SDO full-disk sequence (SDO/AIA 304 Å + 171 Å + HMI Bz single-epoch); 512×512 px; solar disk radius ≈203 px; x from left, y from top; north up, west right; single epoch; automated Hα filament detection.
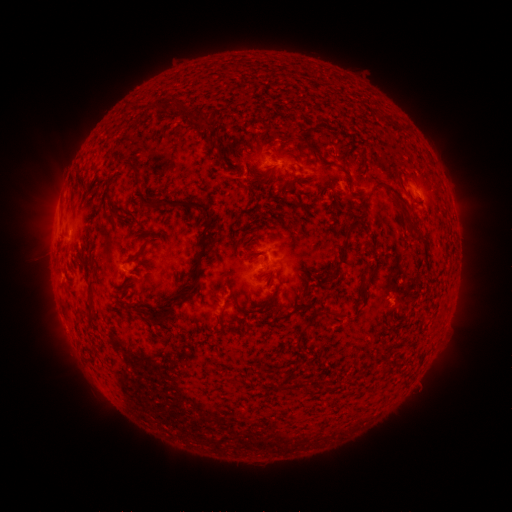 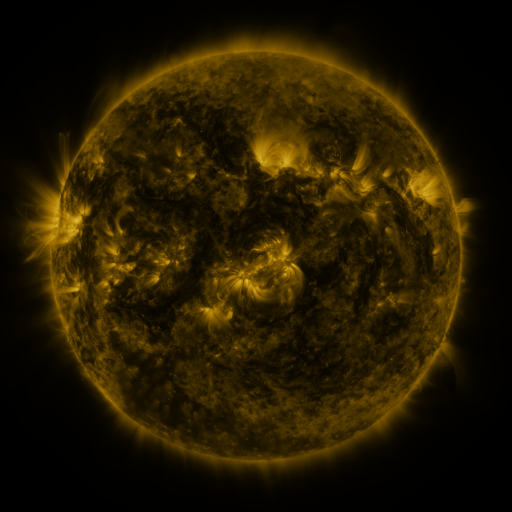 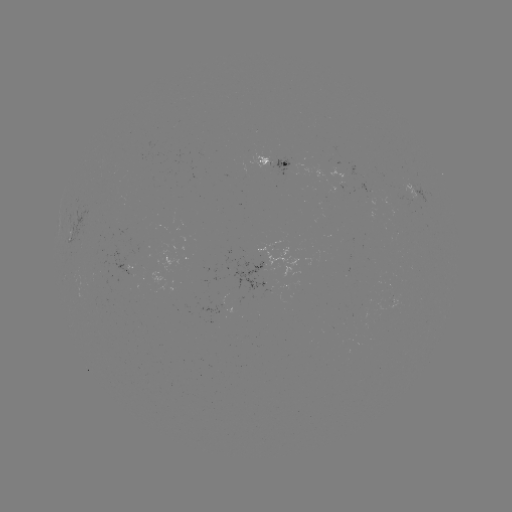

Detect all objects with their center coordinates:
filament: <bbox>150, 99, 188, 120</bbox>
filament: <bbox>191, 113, 210, 133</bbox>
filament: <bbox>305, 142, 325, 162</bbox>
filament: <bbox>128, 163, 143, 189</bbox>
filament: <bbox>265, 174, 273, 183</bbox>
filament: <bbox>370, 179, 410, 206</bbox>
filament: <bbox>169, 200, 215, 293</bbox>
filament: <bbox>149, 202, 160, 211</bbox>
filament: <bbox>314, 223, 355, 285</bbox>
filament: <bbox>406, 226, 415, 237</bbox>
filament: <bbox>145, 239, 160, 246</bbox>
filament: <bbox>227, 241, 234, 251</bbox>
filament: <bbox>262, 252, 270, 262</bbox>
filament: <bbox>127, 256, 139, 263</bbox>
filament: <bbox>262, 270, 271, 278</bbox>
filament: <bbox>86, 281, 97, 319</bbox>
filament: <bbox>116, 290, 128, 298</bbox>
filament: <bbox>138, 296, 184, 326</bbox>
filament: <bbox>219, 303, 228, 316</bbox>
filament: <bbox>331, 309, 344, 318</bbox>
filament: <bbox>298, 324, 309, 336</bbox>
